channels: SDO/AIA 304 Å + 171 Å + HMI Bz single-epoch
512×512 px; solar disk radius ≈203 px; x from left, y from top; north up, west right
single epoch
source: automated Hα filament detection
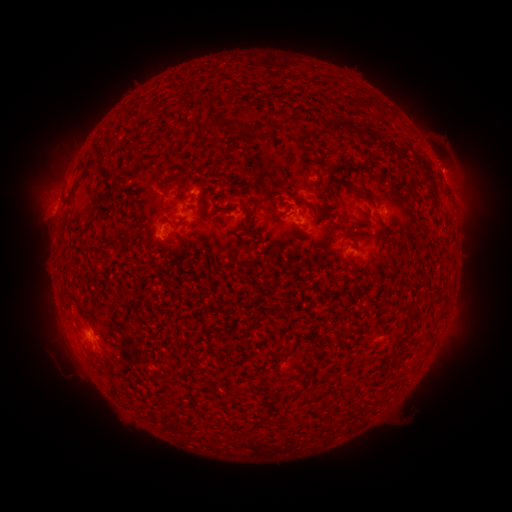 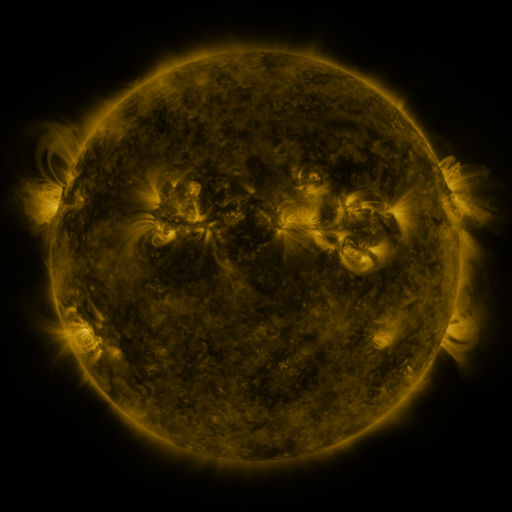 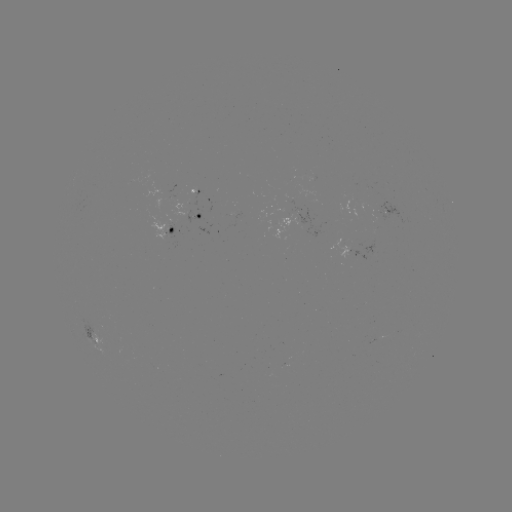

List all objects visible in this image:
filament: [352, 100, 371, 113]
filament: [210, 115, 228, 135]
filament: [188, 120, 198, 132]
filament: [98, 157, 121, 193]
filament: [69, 160, 86, 198]
filament: [163, 168, 190, 191]
filament: [353, 189, 371, 200]
filament: [301, 199, 317, 216]
filament: [218, 205, 233, 211]
filament: [280, 211, 287, 220]
filament: [65, 290, 79, 303]
filament: [287, 389, 297, 398]
